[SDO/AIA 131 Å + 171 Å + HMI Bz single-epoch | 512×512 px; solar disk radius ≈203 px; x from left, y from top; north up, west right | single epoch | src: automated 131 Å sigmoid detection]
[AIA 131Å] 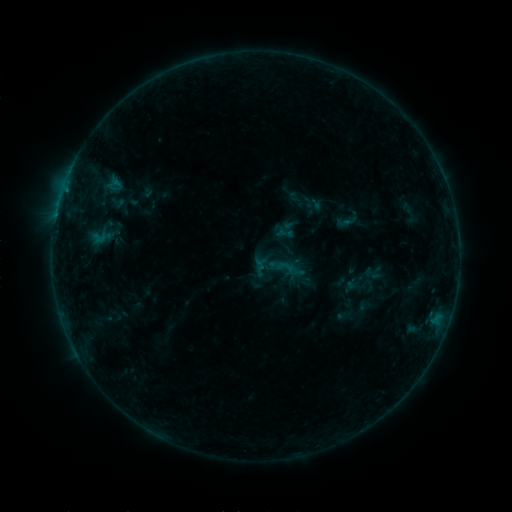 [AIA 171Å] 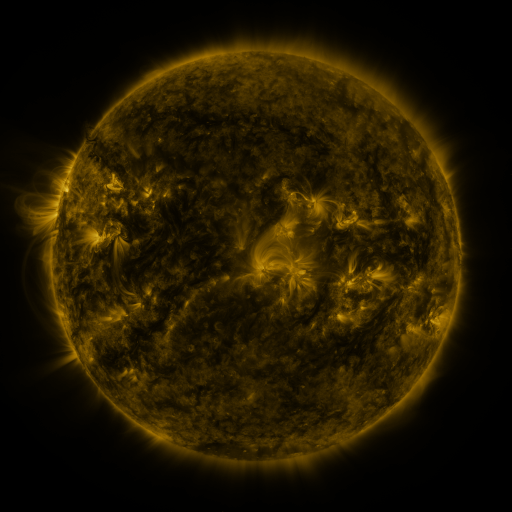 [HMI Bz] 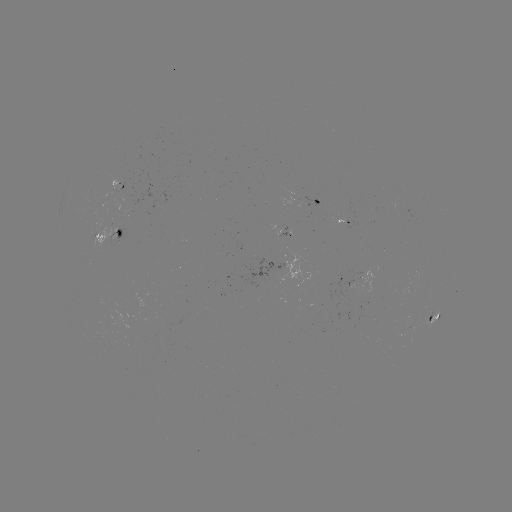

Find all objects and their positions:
sigmoid: (276, 257, 295, 276)
